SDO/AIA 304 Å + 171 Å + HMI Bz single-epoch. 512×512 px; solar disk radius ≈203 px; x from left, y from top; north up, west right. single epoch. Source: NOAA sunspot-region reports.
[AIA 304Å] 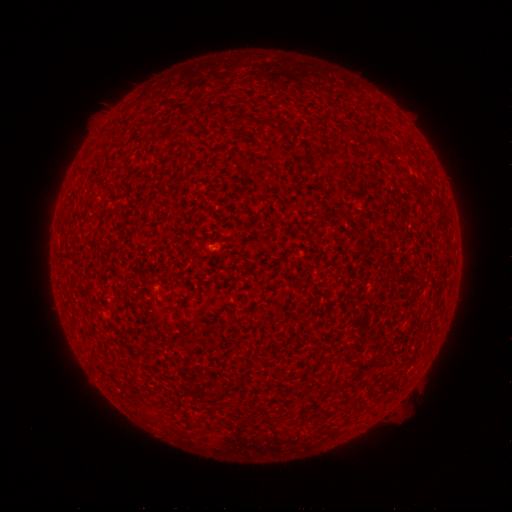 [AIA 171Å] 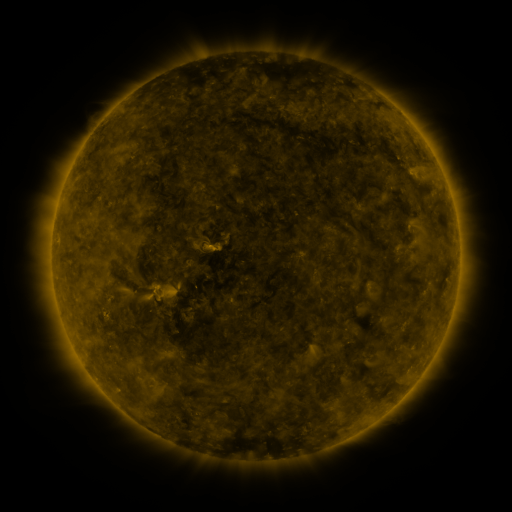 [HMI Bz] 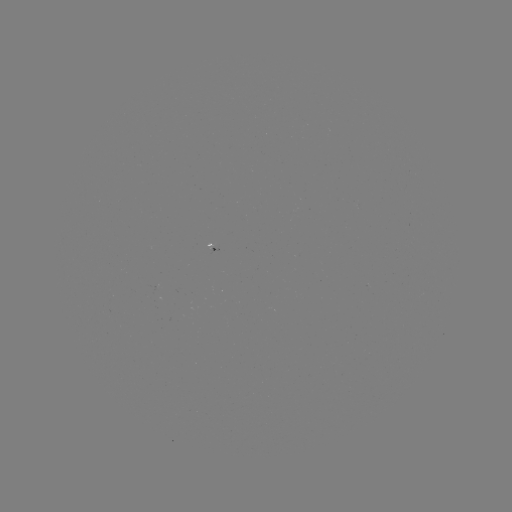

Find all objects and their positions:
(none)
